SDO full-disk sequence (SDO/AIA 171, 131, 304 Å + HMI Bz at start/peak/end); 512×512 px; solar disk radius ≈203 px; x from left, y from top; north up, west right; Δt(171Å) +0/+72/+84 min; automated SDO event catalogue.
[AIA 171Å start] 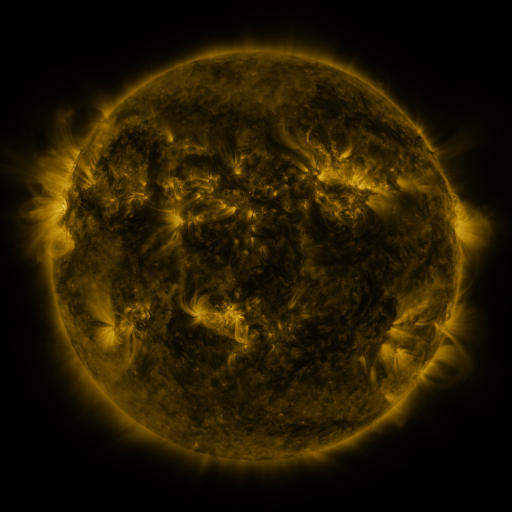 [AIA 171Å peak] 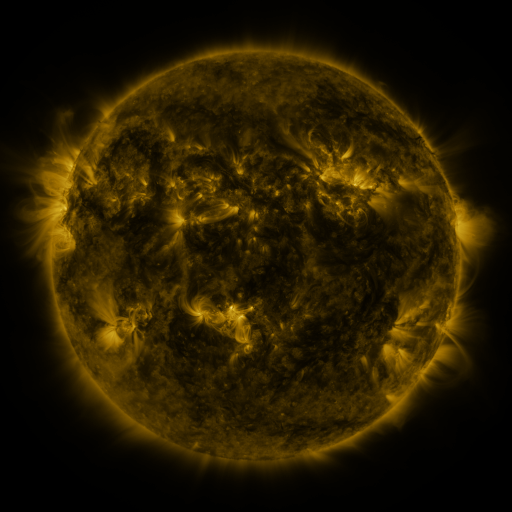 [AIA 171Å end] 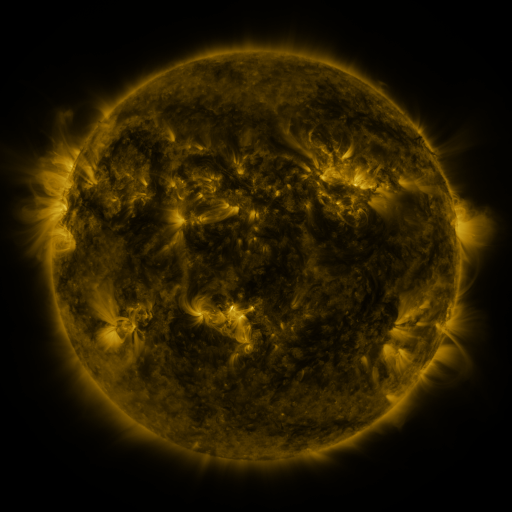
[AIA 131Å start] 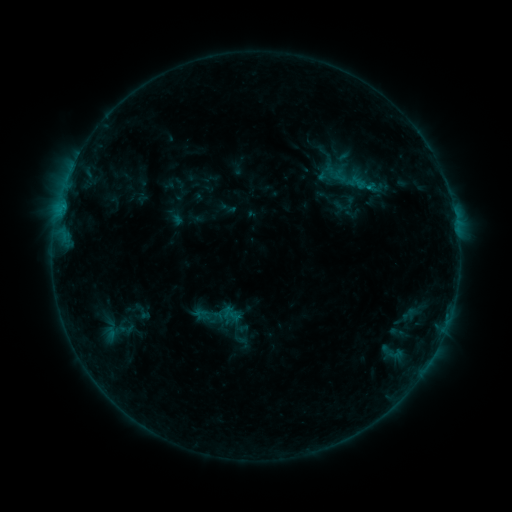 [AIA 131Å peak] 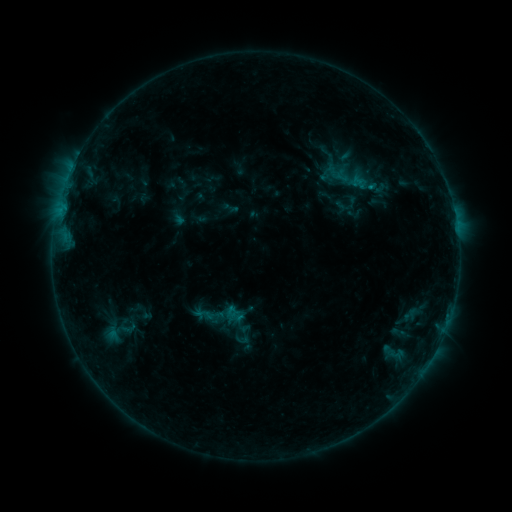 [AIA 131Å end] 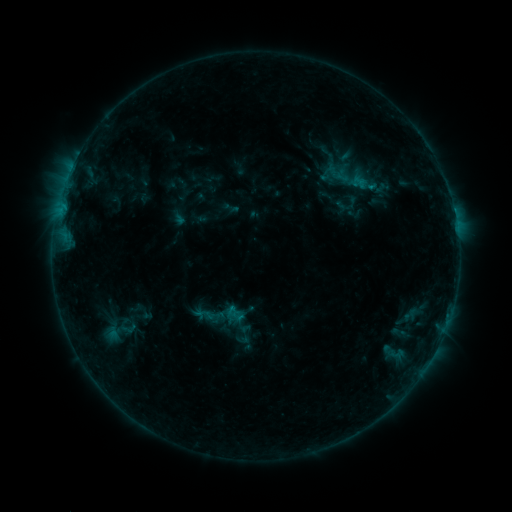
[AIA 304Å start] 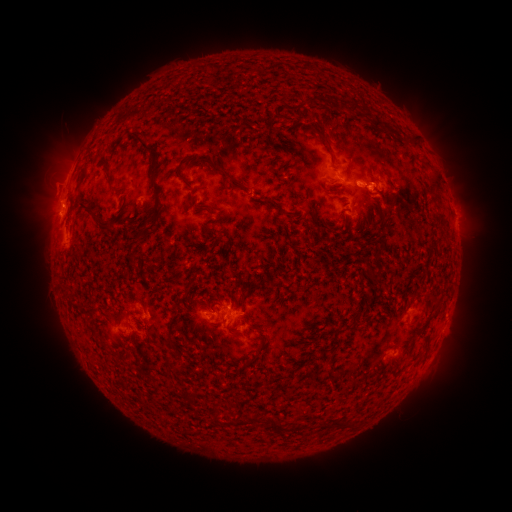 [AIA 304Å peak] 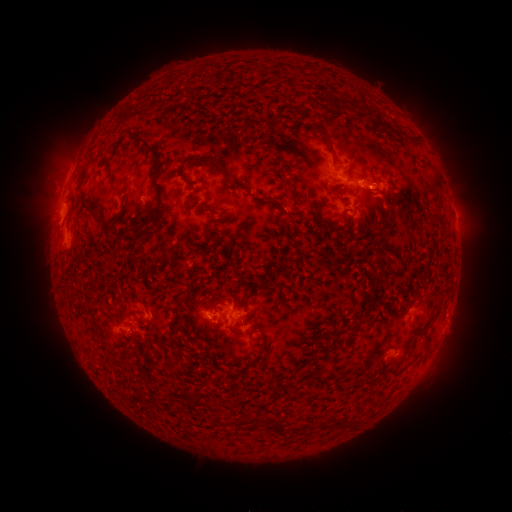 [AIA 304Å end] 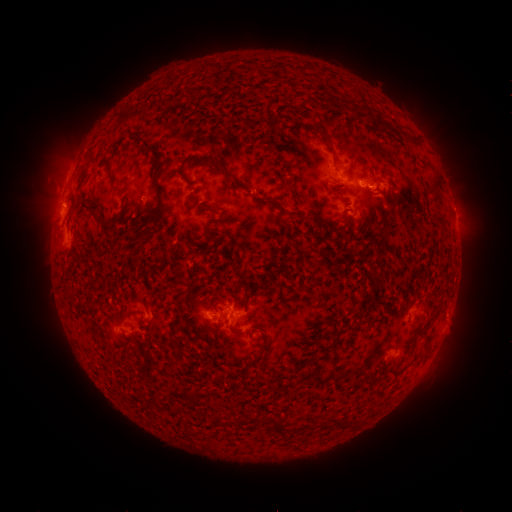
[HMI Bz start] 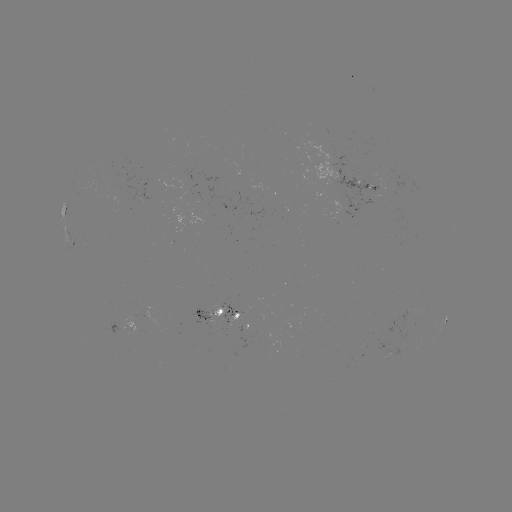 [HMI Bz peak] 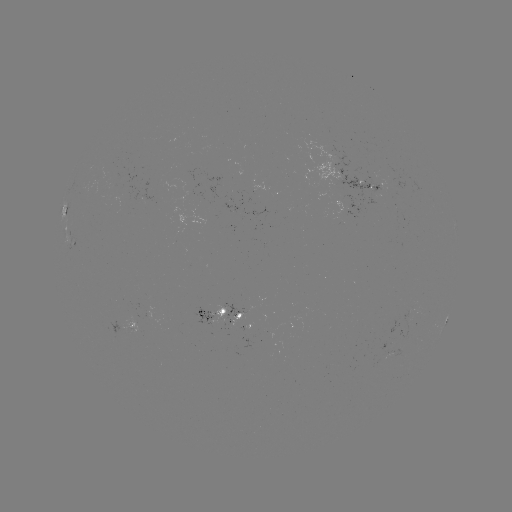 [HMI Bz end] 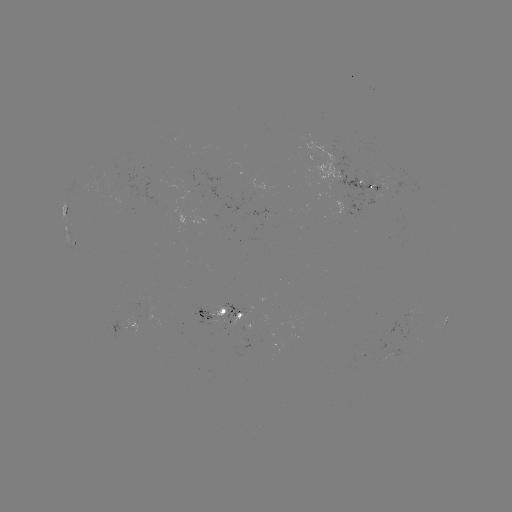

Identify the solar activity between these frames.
emerging-flux region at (381, 360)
